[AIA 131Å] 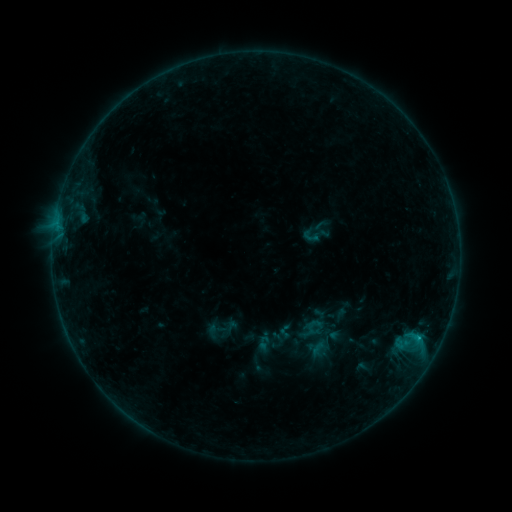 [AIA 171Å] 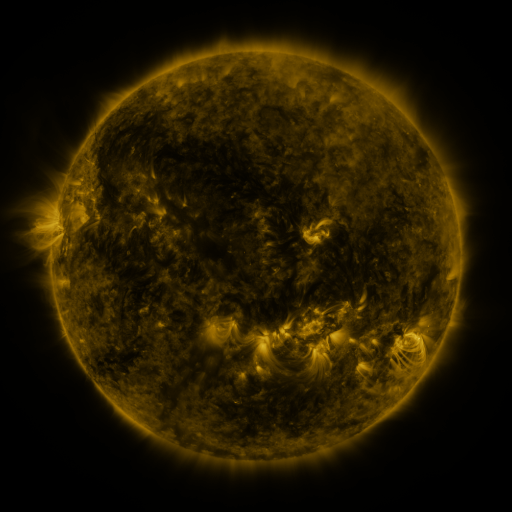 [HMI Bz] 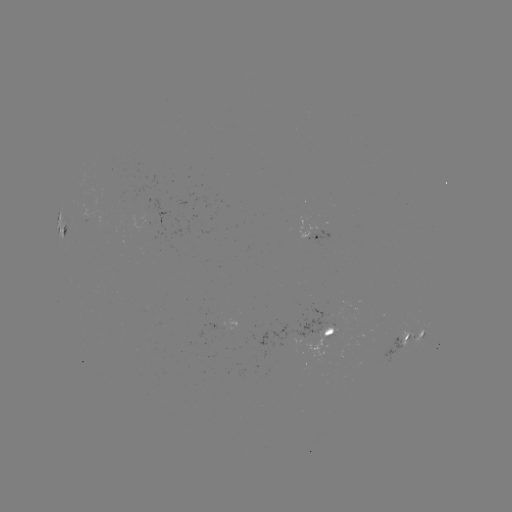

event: sigmoid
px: (316, 234)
